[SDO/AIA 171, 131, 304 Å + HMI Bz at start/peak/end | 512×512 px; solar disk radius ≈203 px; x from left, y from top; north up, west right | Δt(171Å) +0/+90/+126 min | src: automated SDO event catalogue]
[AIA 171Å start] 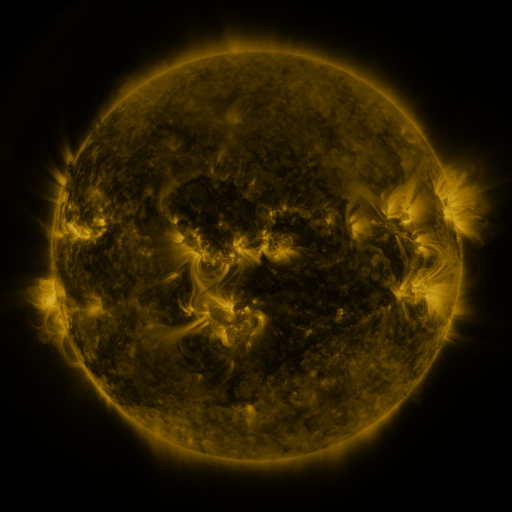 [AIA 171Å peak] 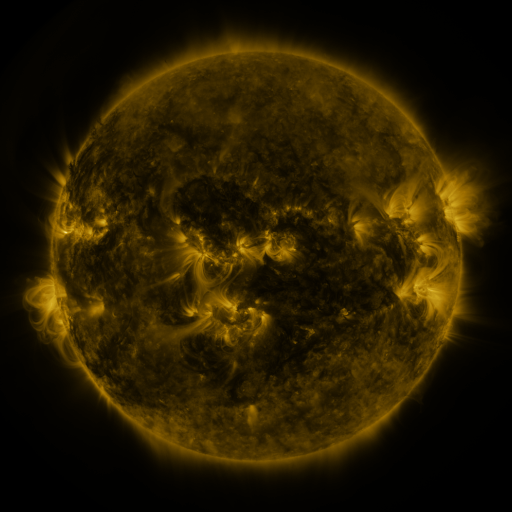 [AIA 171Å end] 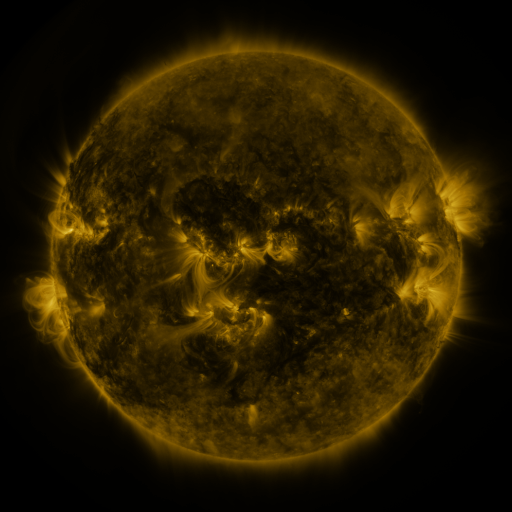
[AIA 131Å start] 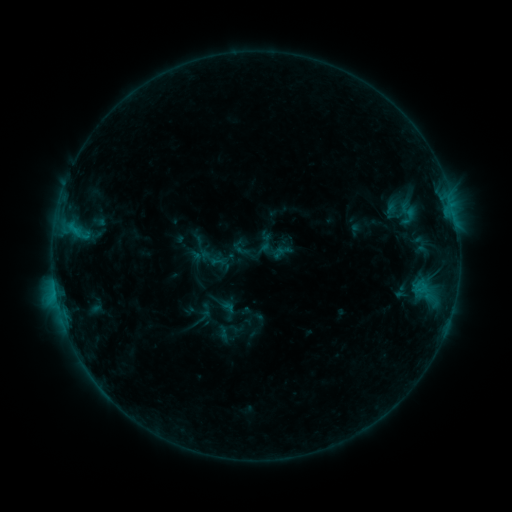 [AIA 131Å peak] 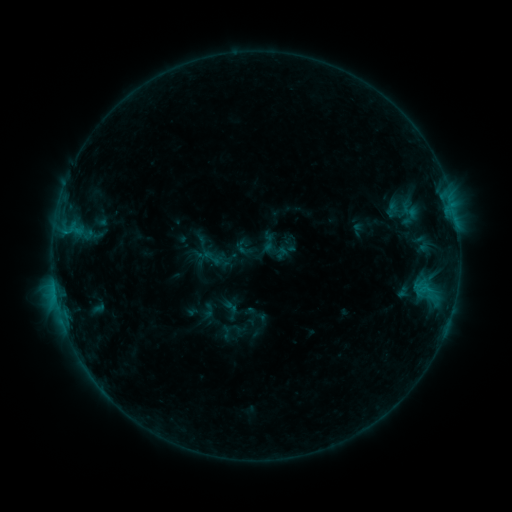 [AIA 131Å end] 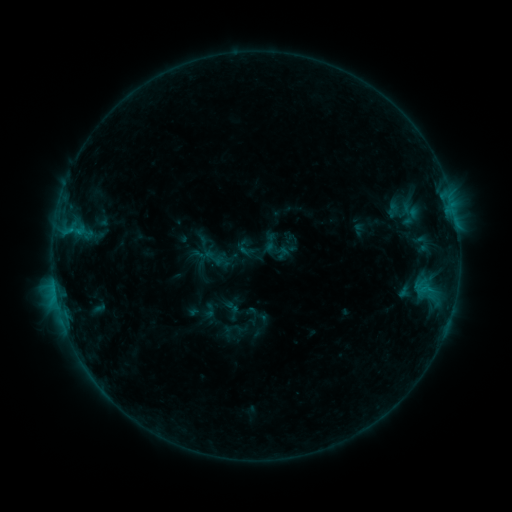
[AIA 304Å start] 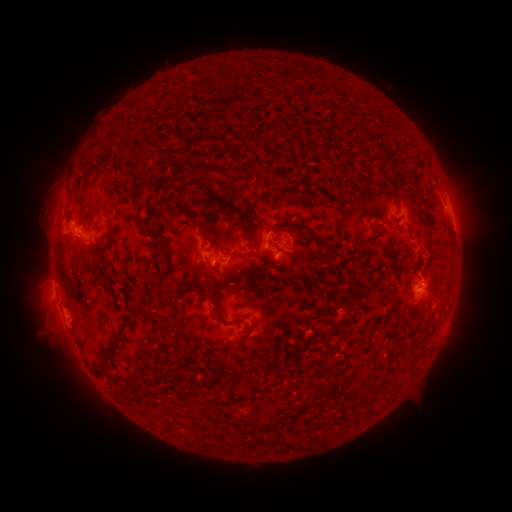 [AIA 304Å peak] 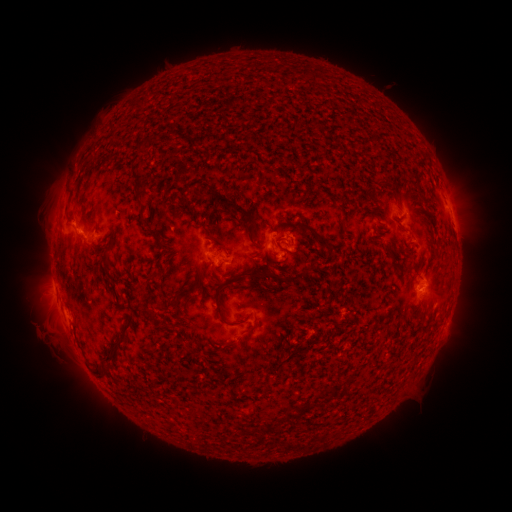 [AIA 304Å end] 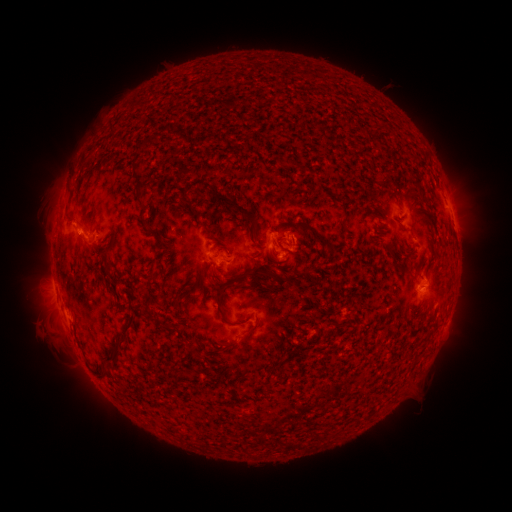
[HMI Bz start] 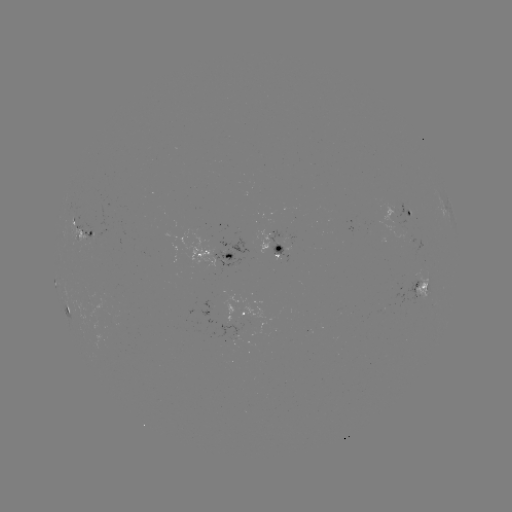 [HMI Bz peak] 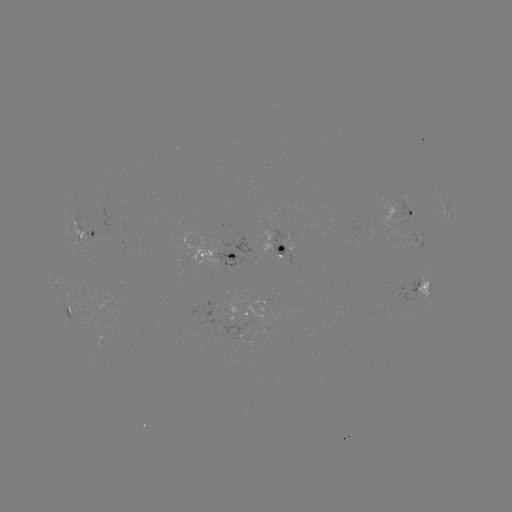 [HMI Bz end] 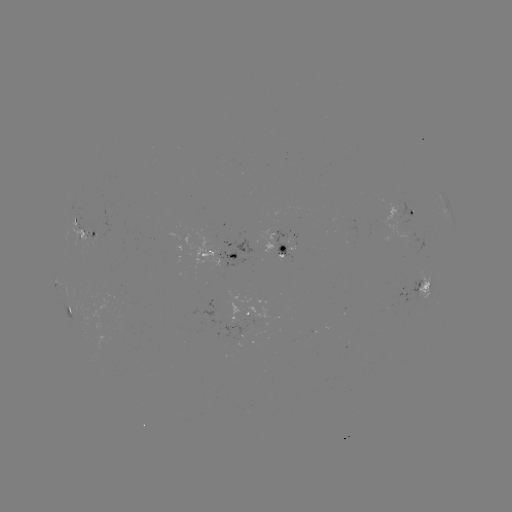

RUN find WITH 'emerging-flux region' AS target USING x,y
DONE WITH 394,211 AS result